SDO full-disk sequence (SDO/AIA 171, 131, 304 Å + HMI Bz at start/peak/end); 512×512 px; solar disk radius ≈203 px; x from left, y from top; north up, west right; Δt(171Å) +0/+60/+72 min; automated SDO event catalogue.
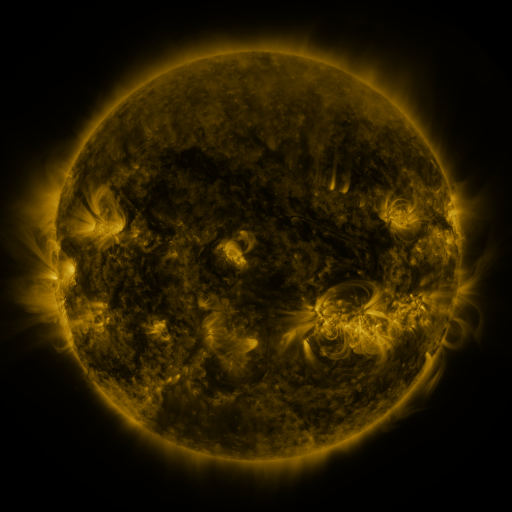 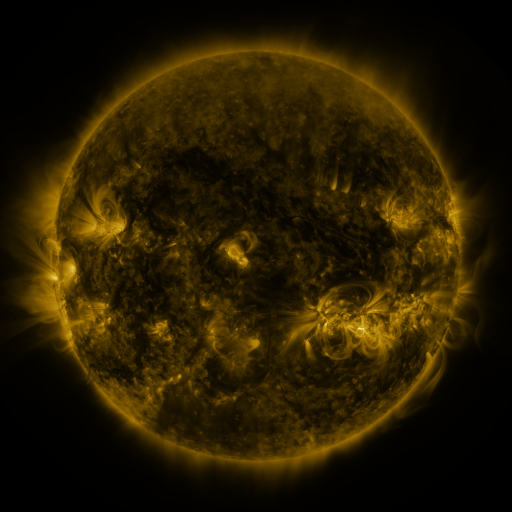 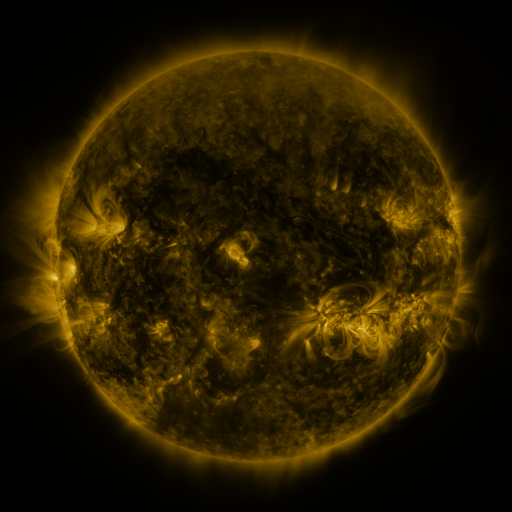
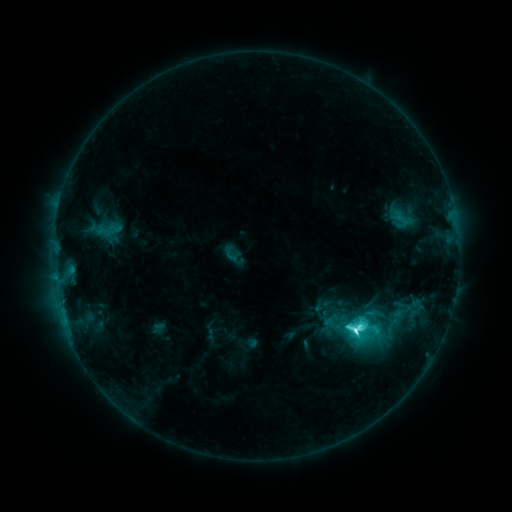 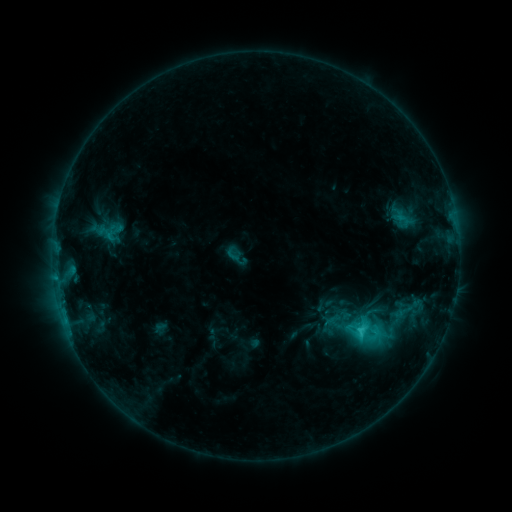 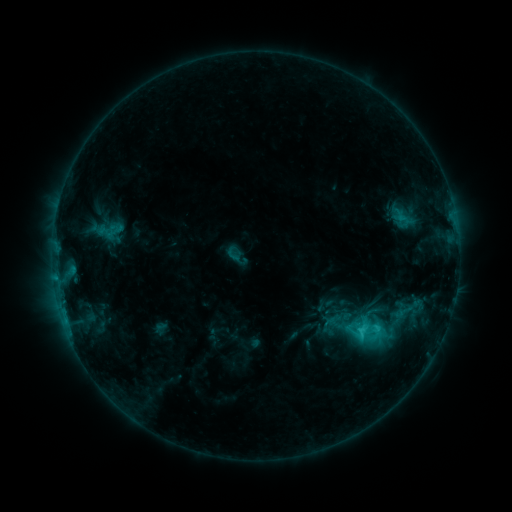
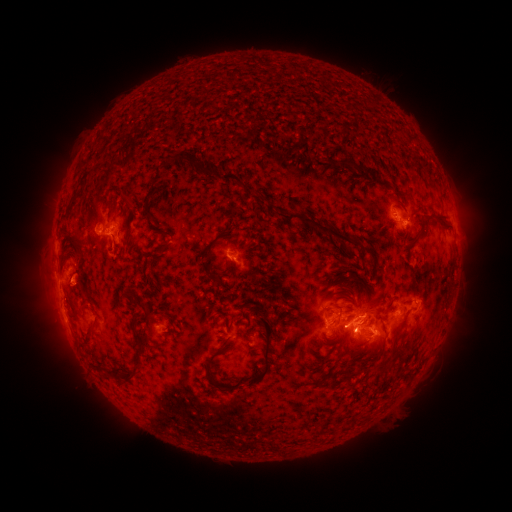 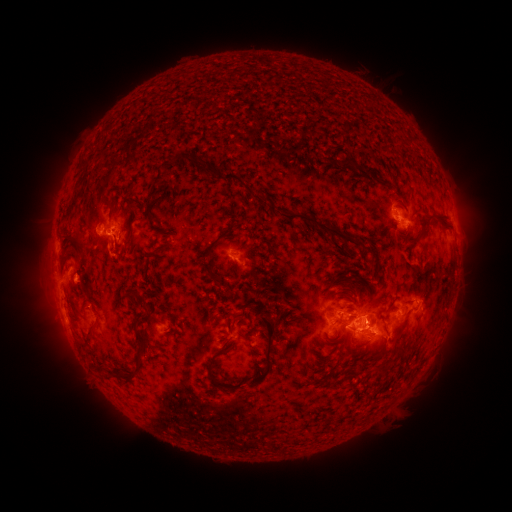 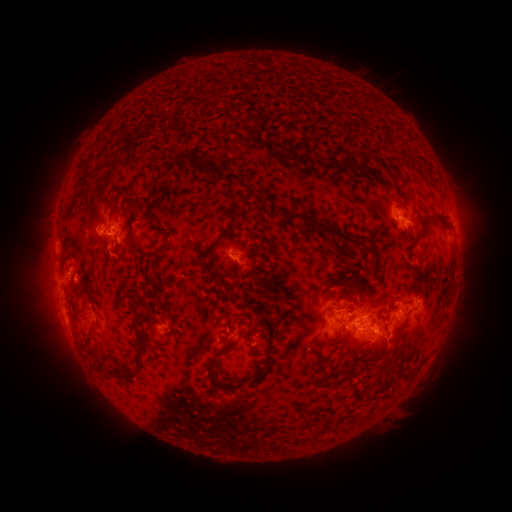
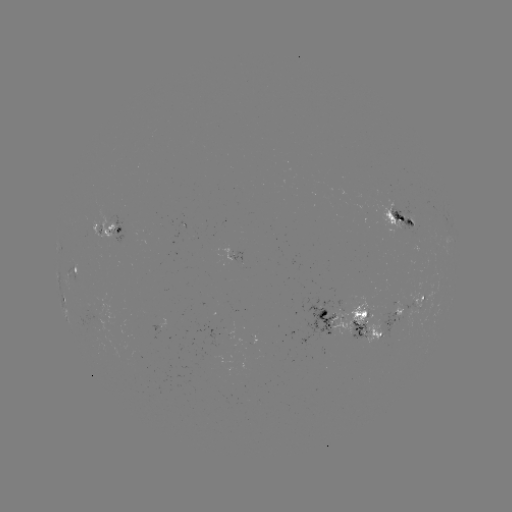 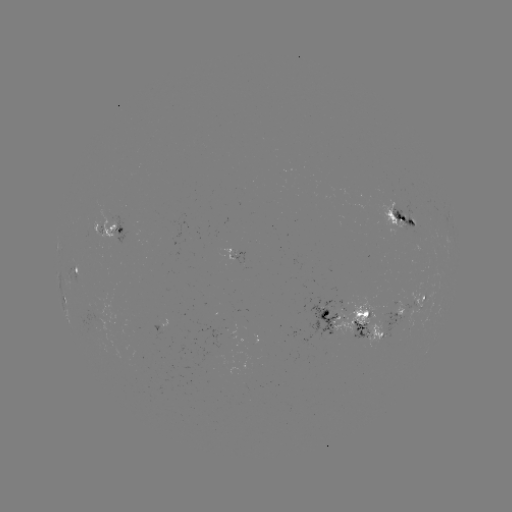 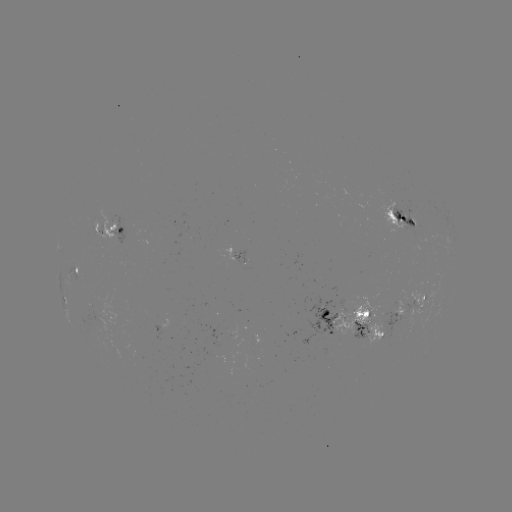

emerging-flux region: [339, 299, 388, 347]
